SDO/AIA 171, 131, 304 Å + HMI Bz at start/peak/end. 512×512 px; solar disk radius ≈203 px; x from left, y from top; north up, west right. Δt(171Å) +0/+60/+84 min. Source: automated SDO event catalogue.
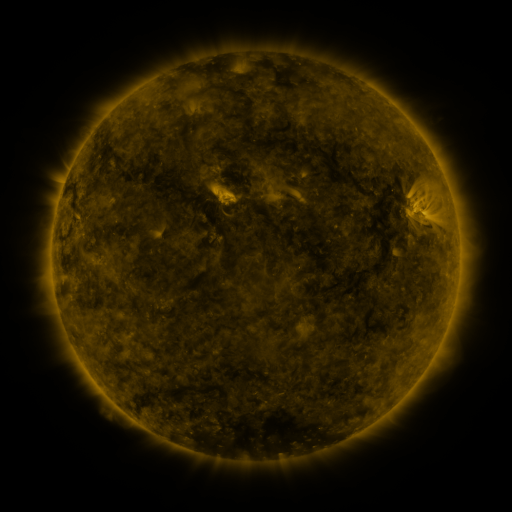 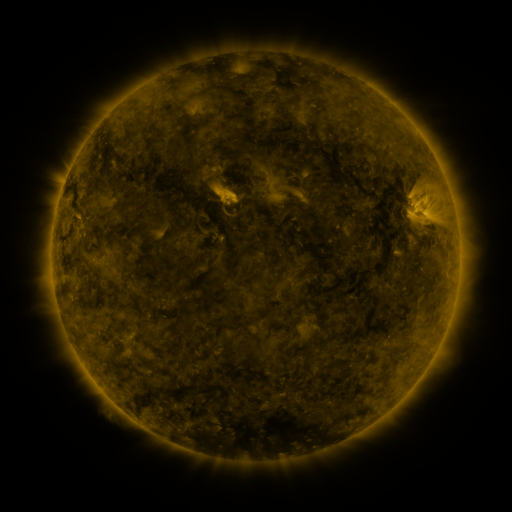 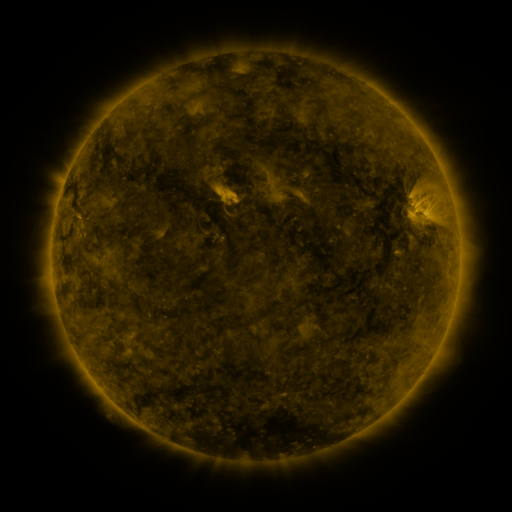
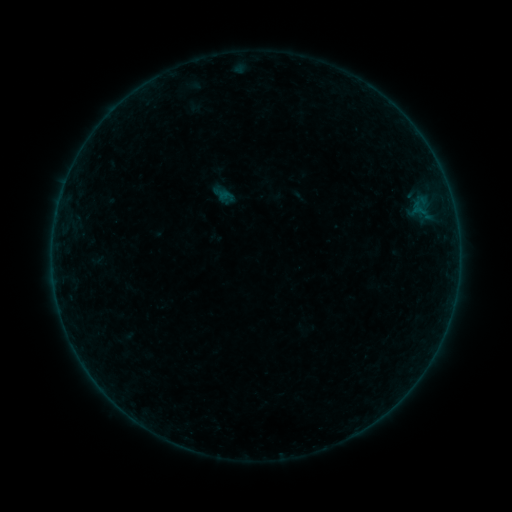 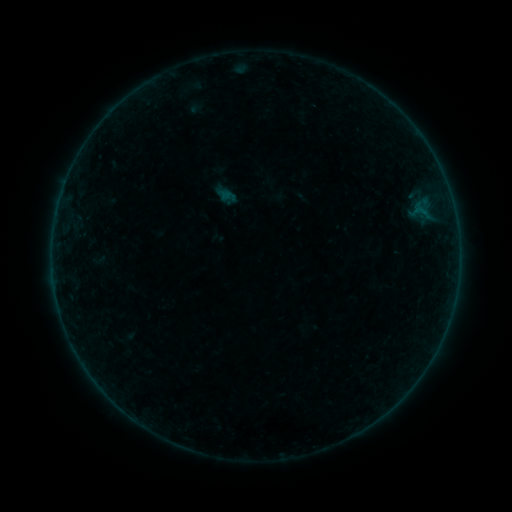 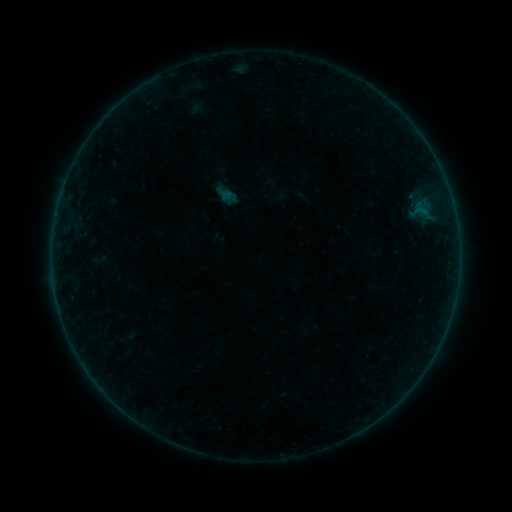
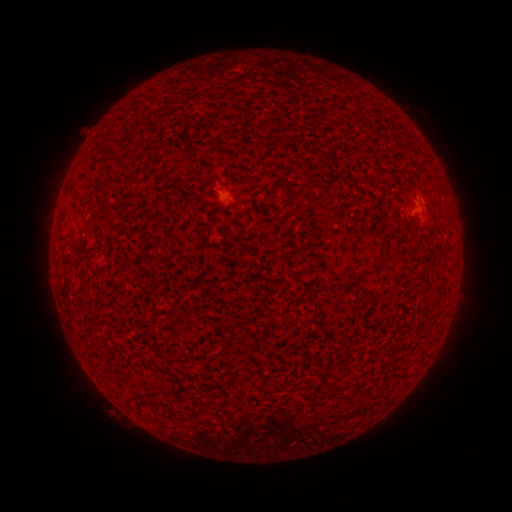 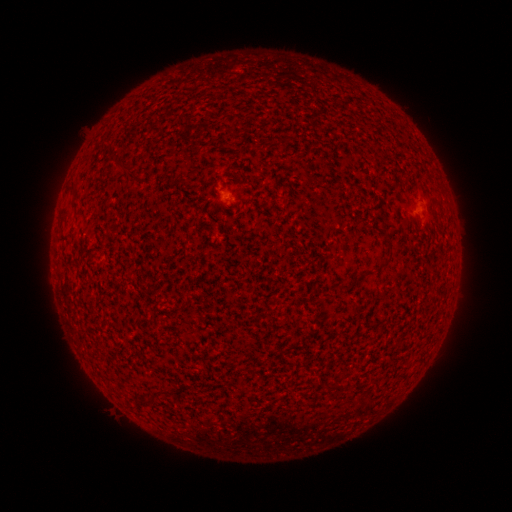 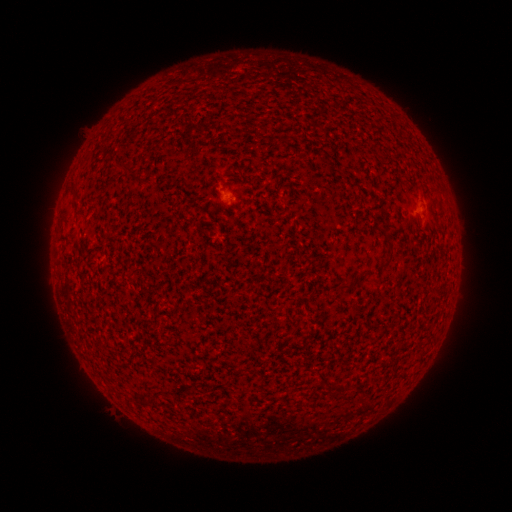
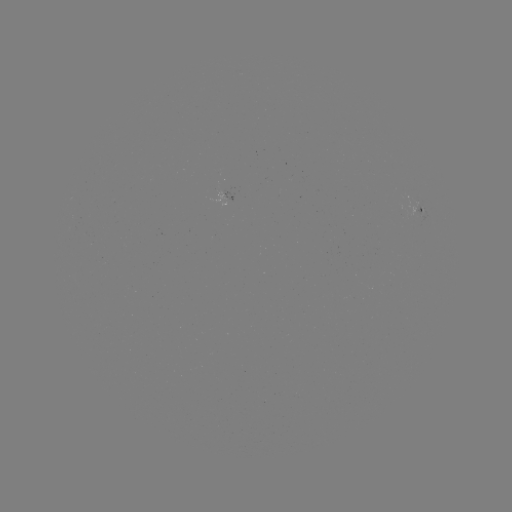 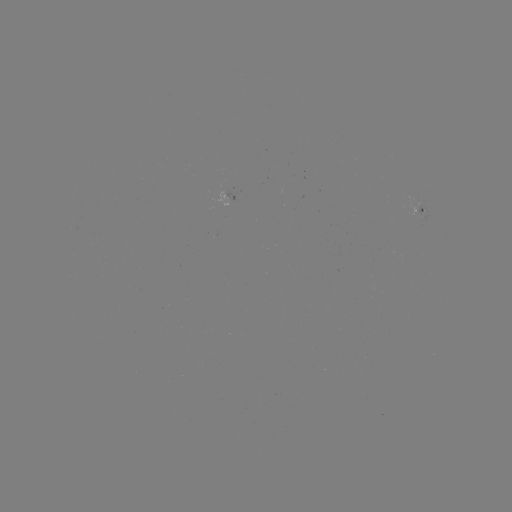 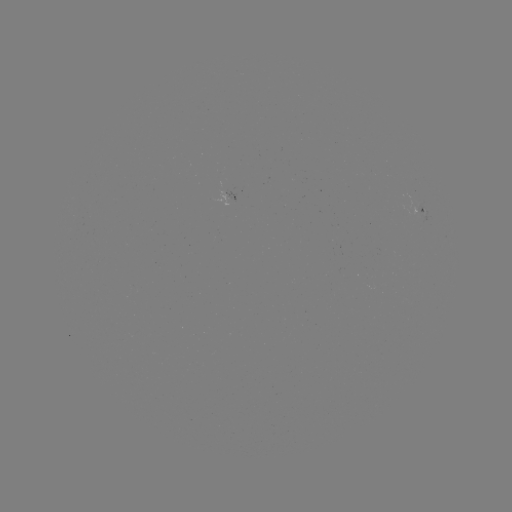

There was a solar emerging-flux region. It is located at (421, 214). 